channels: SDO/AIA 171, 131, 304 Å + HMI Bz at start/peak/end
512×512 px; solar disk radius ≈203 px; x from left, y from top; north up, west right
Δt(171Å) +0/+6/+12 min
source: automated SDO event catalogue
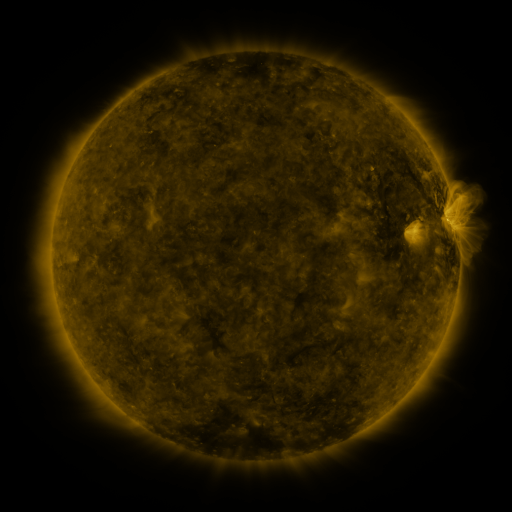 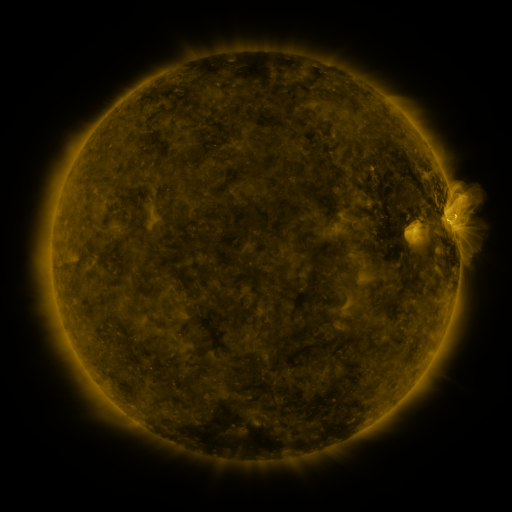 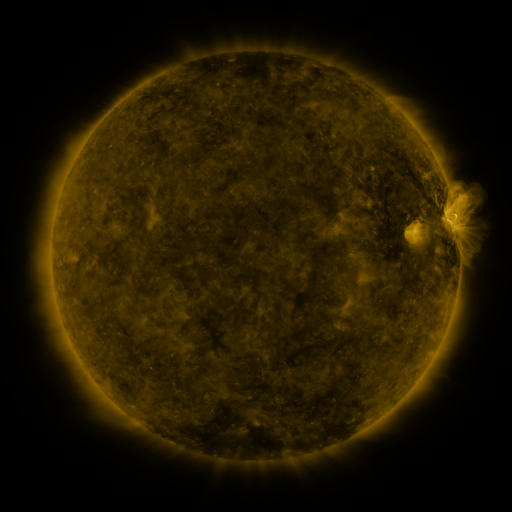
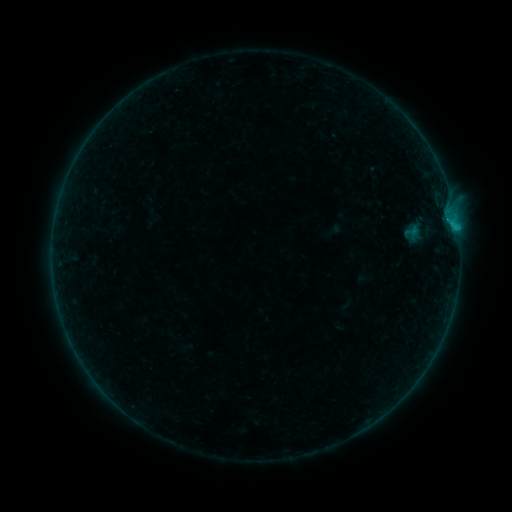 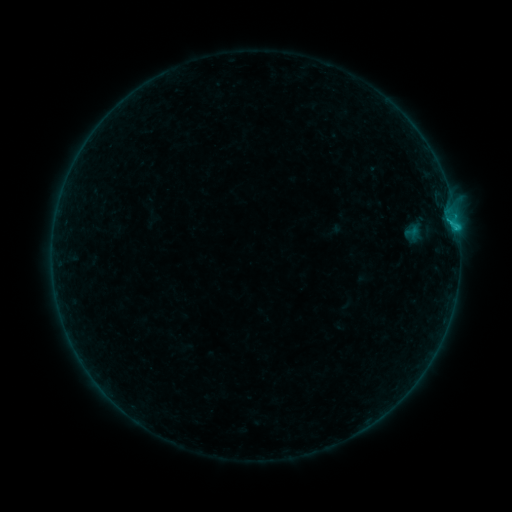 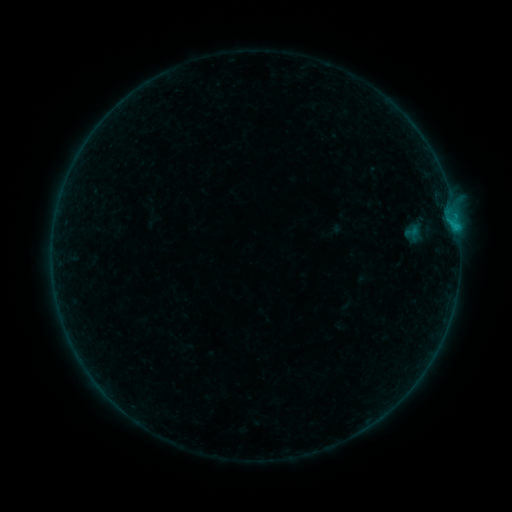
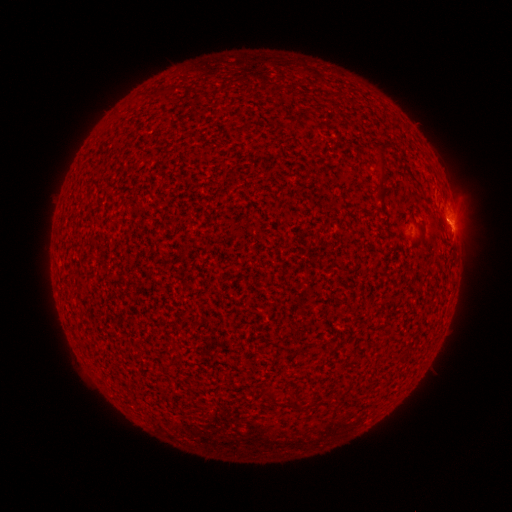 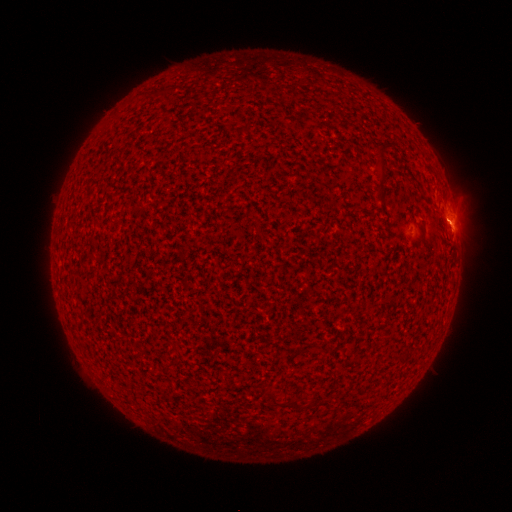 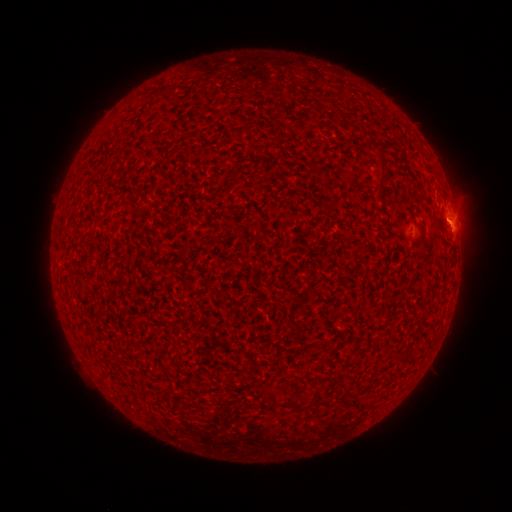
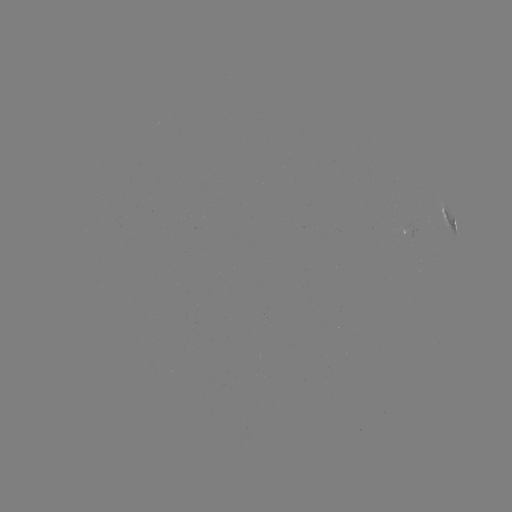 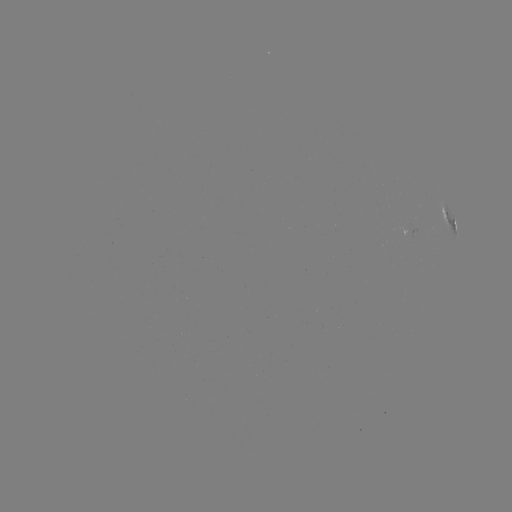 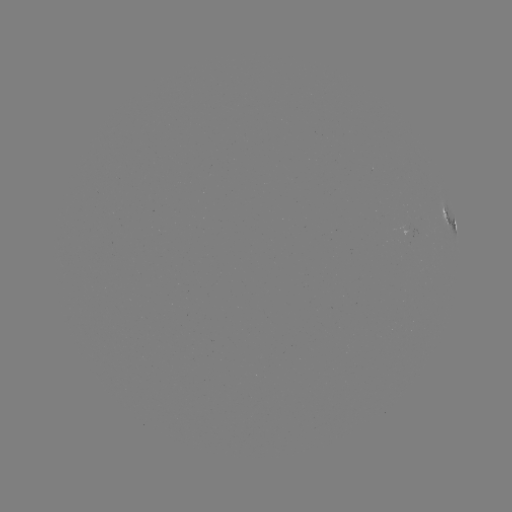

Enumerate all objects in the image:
B5.3 flare: (455, 231)
